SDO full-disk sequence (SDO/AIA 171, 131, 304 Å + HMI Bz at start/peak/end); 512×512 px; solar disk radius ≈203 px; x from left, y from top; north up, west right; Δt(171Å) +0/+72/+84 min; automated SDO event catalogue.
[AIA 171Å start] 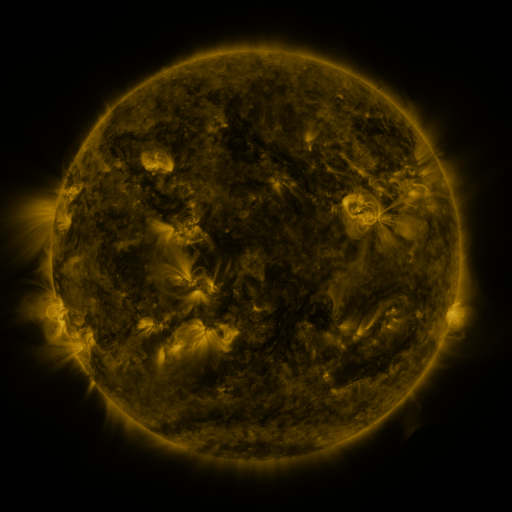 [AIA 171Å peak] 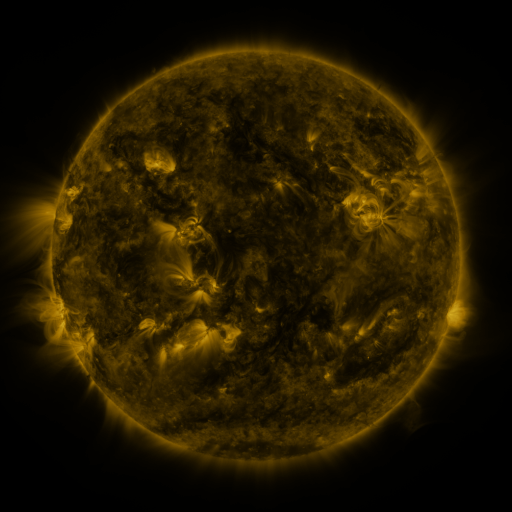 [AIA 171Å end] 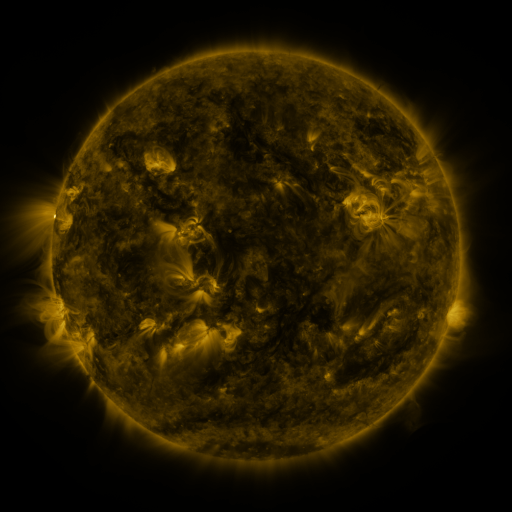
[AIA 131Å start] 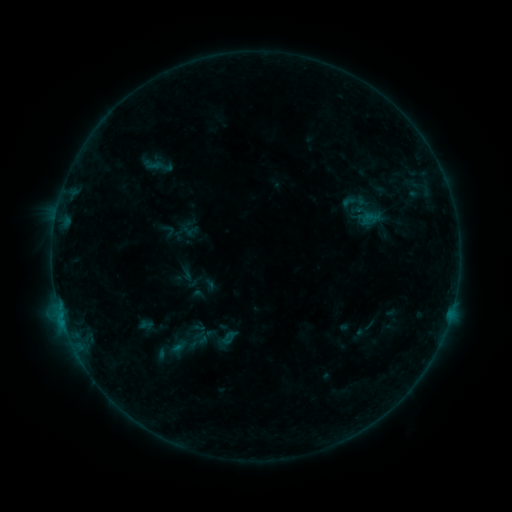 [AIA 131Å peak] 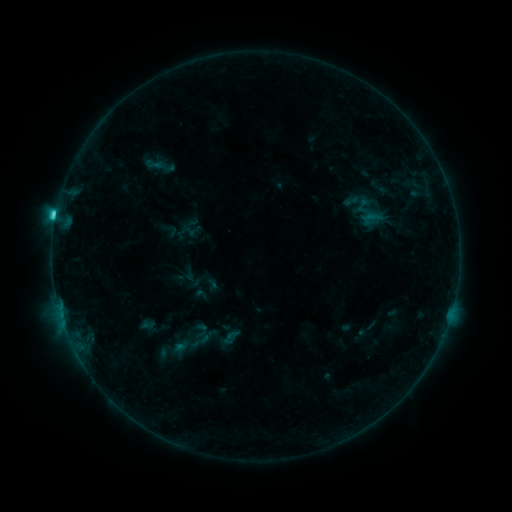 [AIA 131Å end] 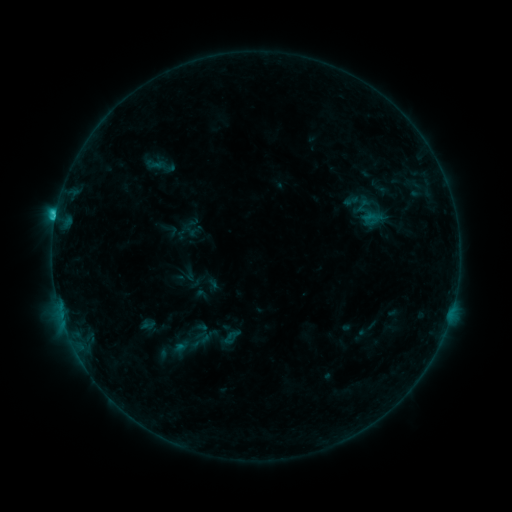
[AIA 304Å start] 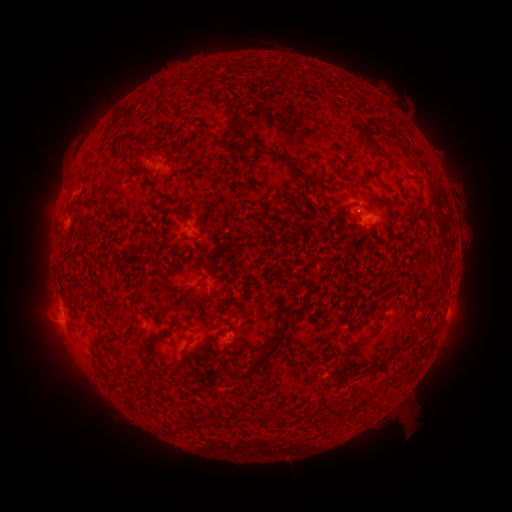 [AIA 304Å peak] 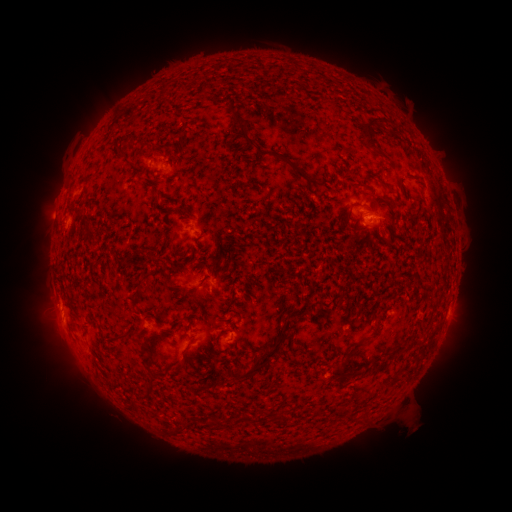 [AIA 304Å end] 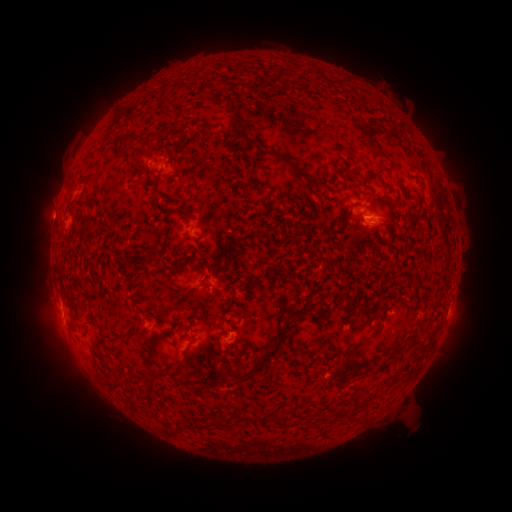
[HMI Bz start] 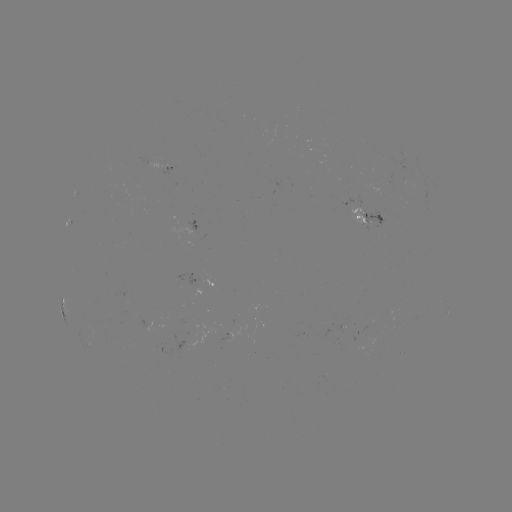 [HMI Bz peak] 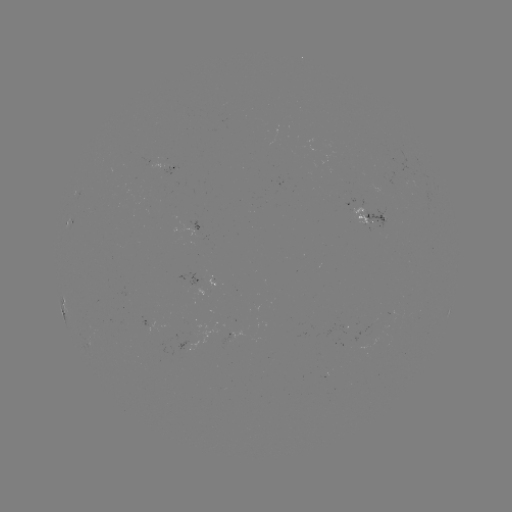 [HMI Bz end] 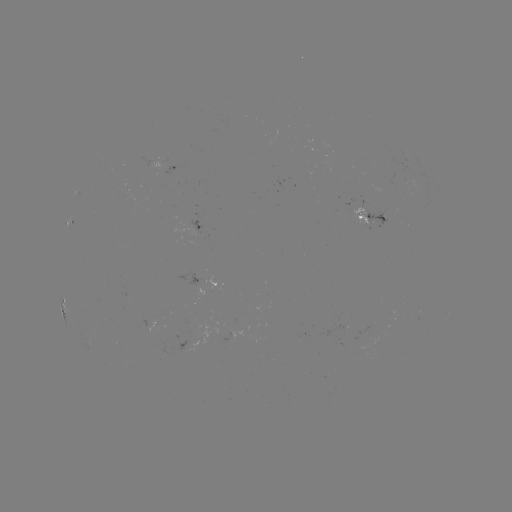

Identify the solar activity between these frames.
emerging-flux region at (205, 290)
